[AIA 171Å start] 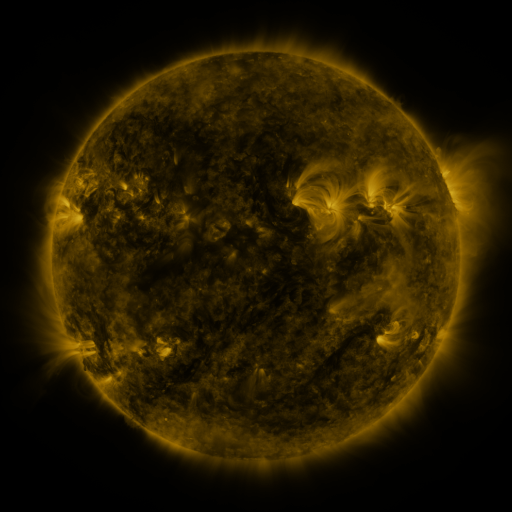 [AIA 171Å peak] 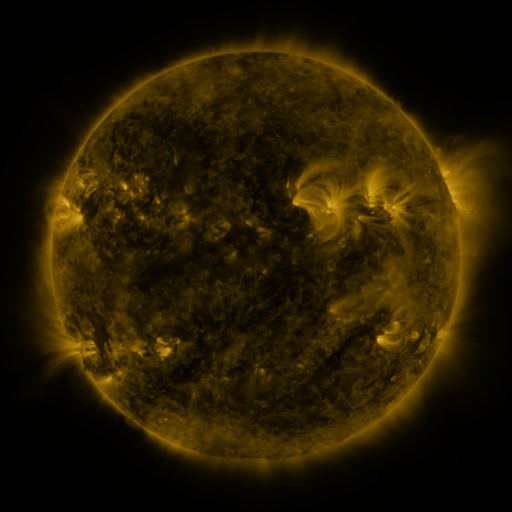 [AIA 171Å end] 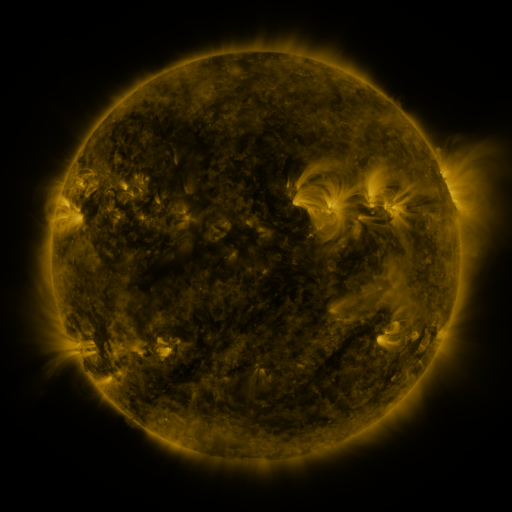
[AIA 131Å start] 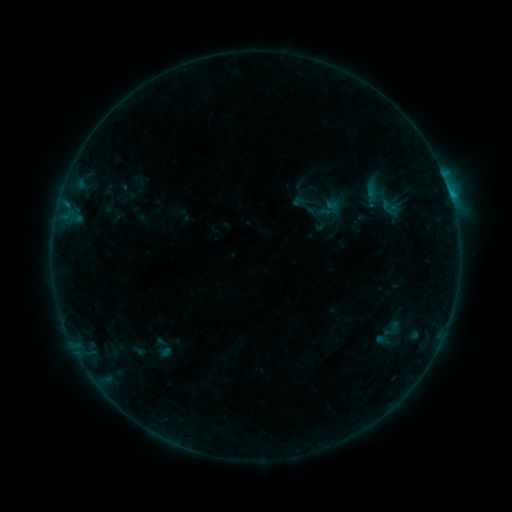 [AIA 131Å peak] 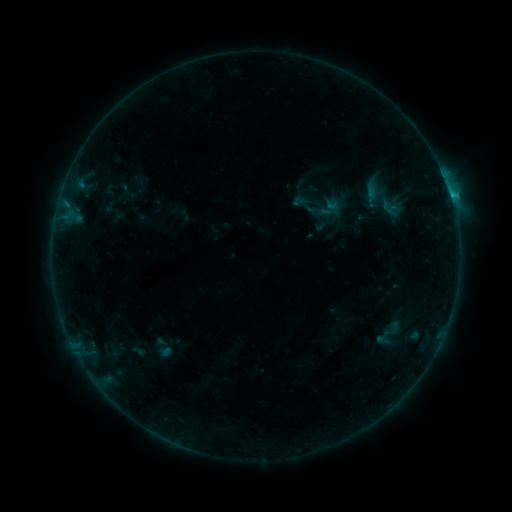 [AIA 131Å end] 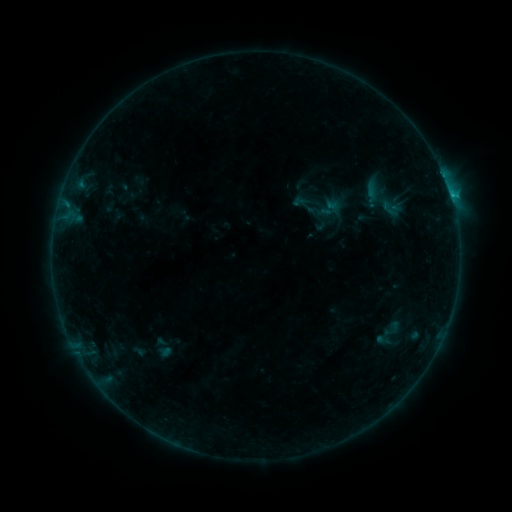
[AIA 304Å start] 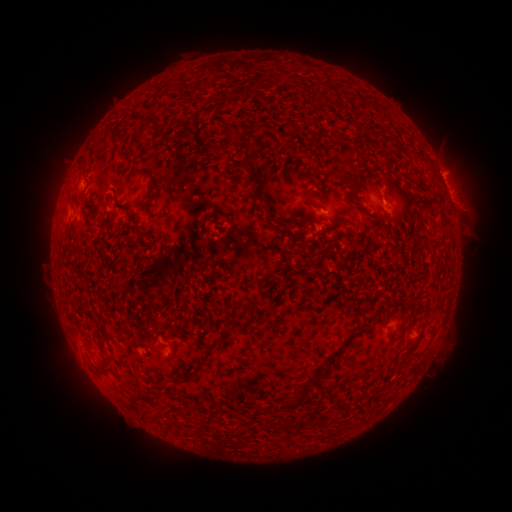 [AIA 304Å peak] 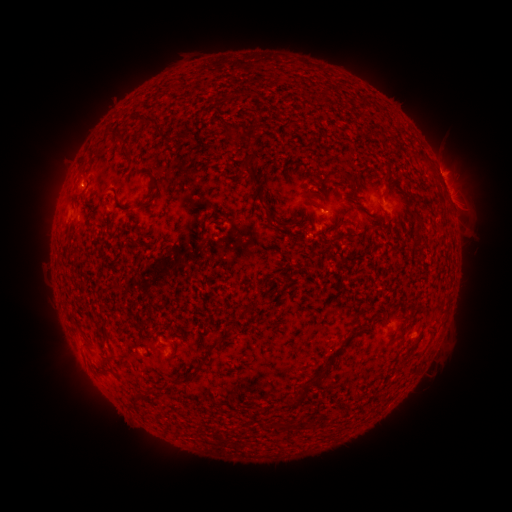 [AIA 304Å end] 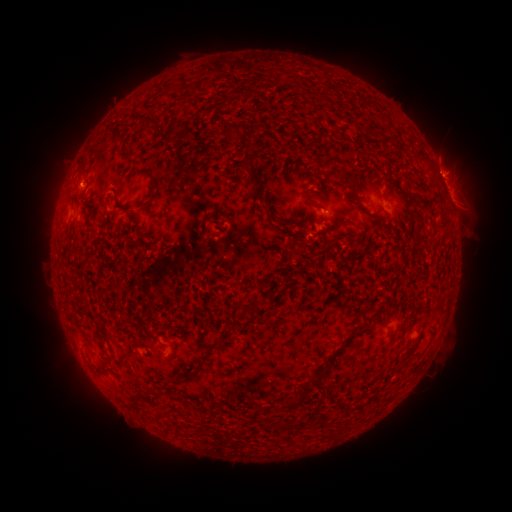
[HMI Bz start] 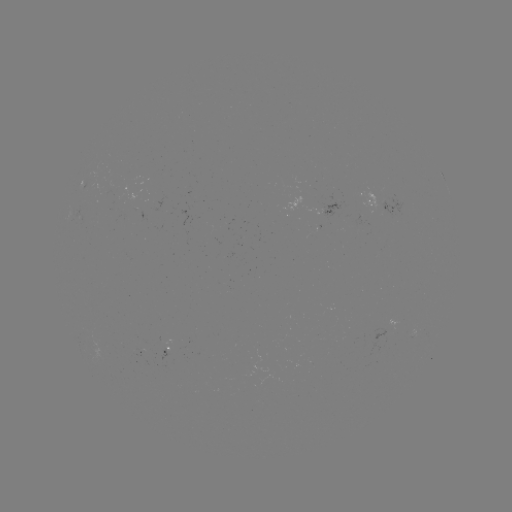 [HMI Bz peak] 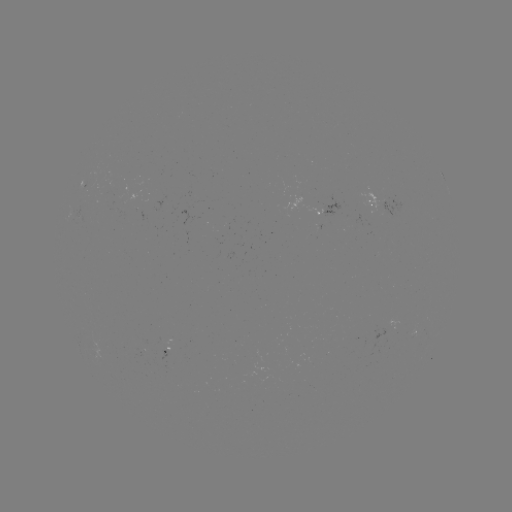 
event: flare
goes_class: B6.9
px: (450, 197)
